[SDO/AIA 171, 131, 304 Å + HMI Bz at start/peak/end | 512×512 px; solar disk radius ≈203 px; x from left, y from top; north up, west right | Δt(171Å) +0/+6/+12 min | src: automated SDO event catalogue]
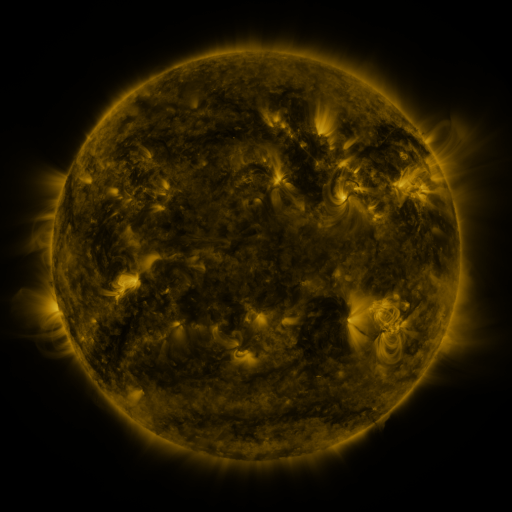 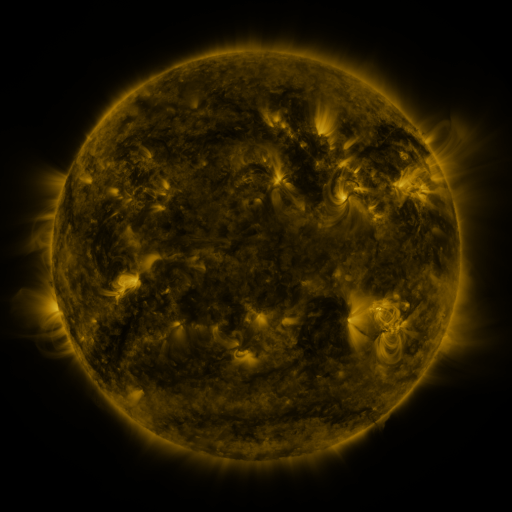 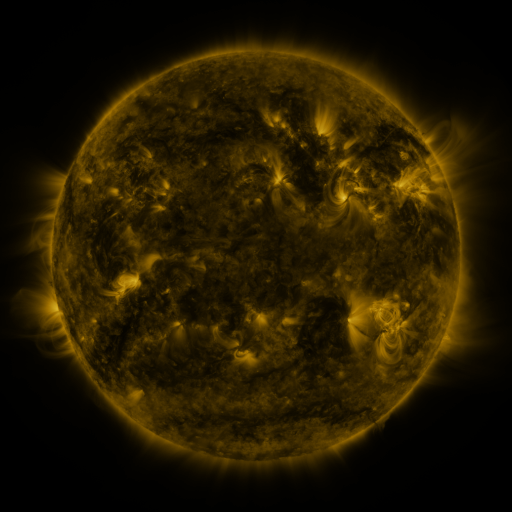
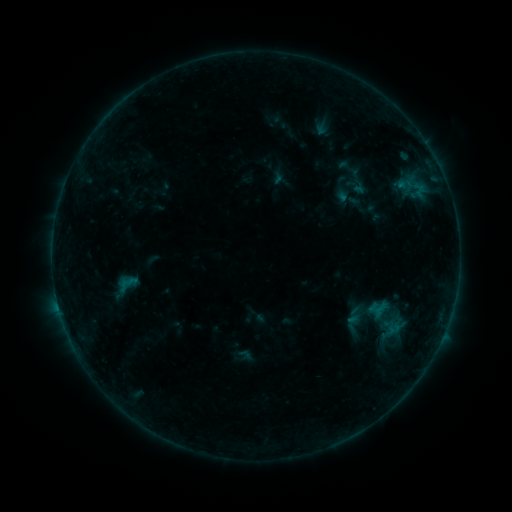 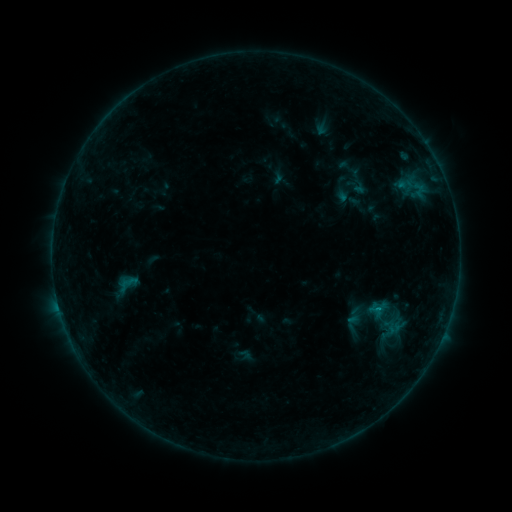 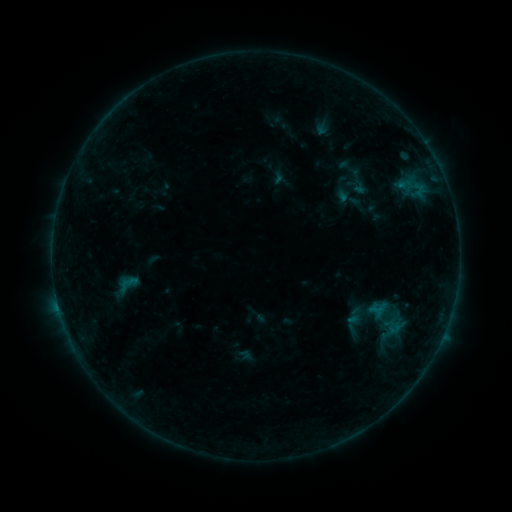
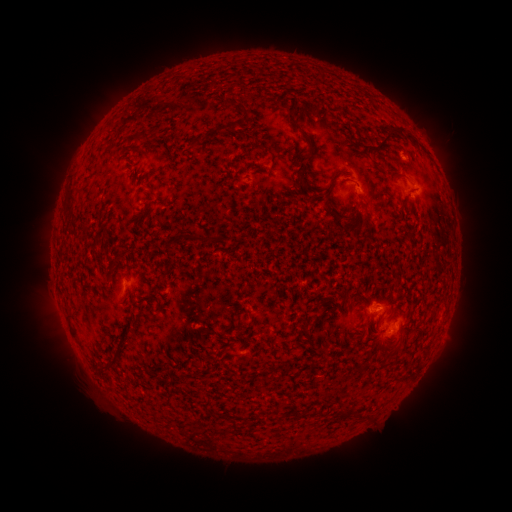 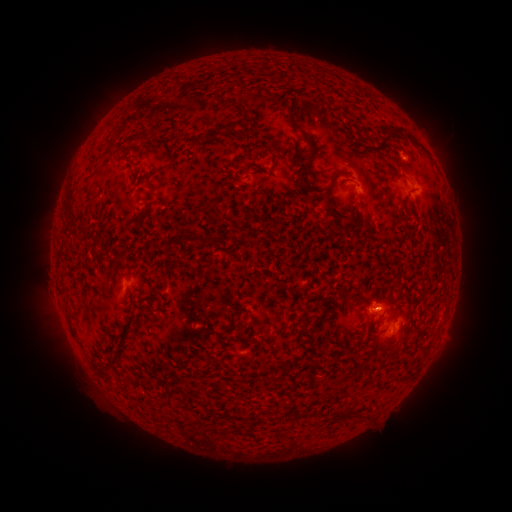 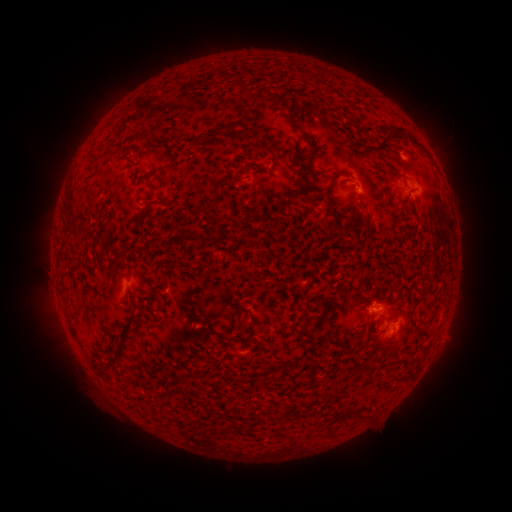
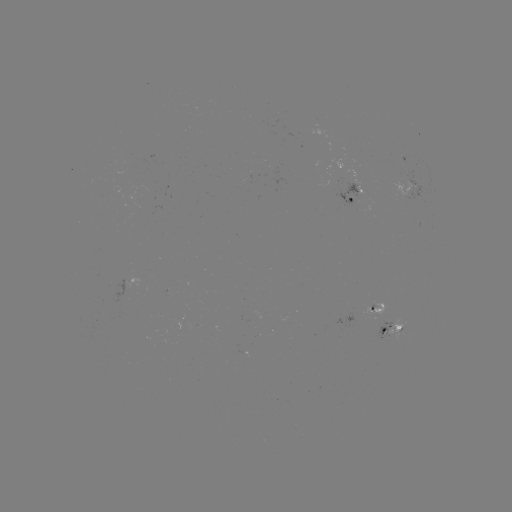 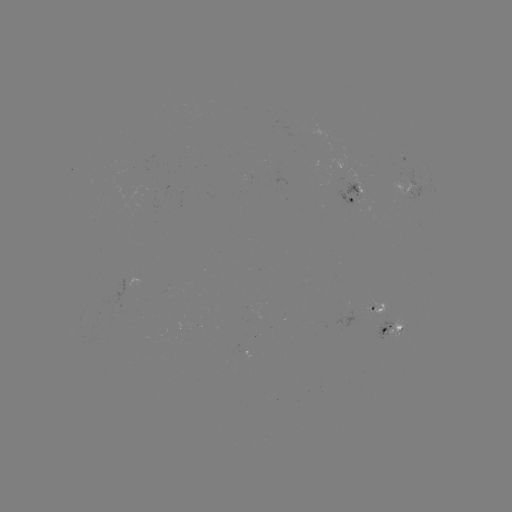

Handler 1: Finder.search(B3.0 flare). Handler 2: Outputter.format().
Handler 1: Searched B3.0 flare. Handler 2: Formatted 376,306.